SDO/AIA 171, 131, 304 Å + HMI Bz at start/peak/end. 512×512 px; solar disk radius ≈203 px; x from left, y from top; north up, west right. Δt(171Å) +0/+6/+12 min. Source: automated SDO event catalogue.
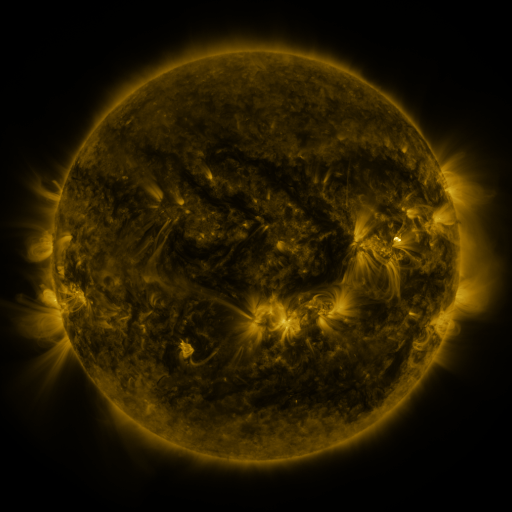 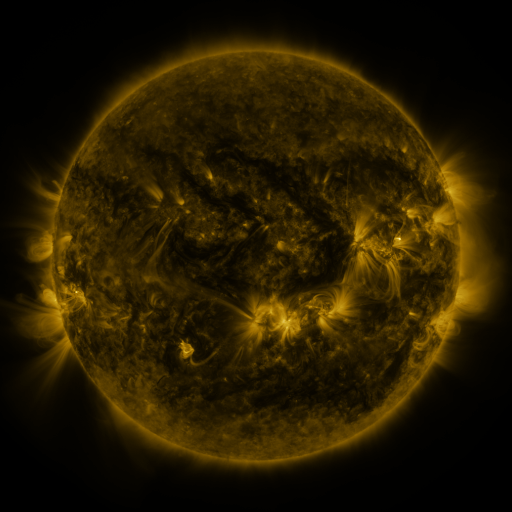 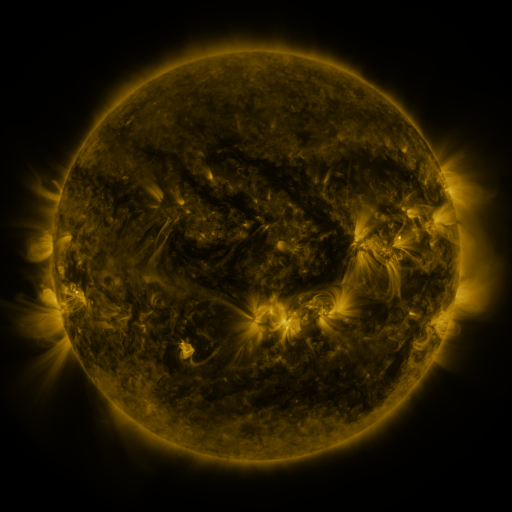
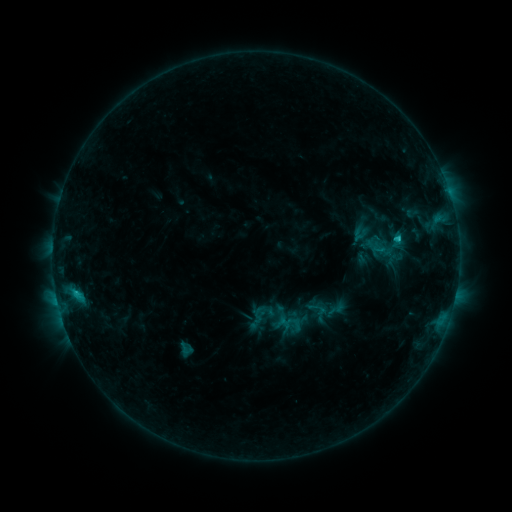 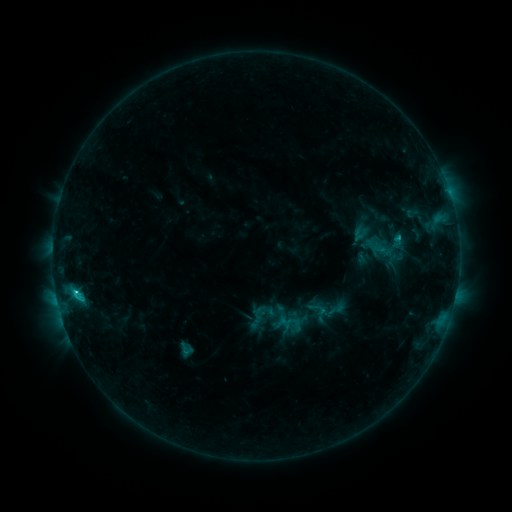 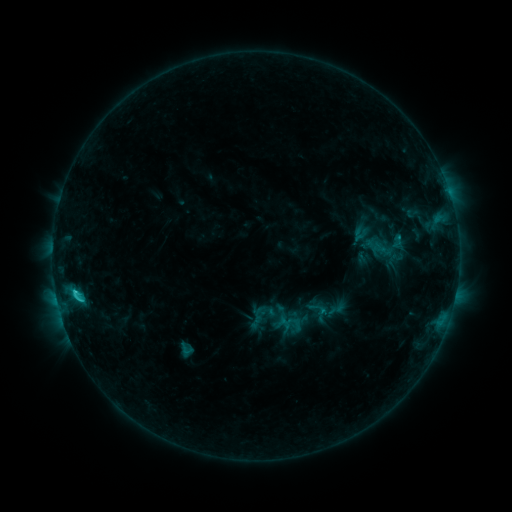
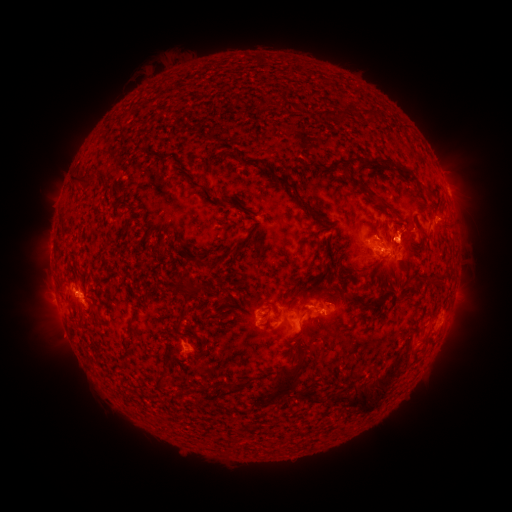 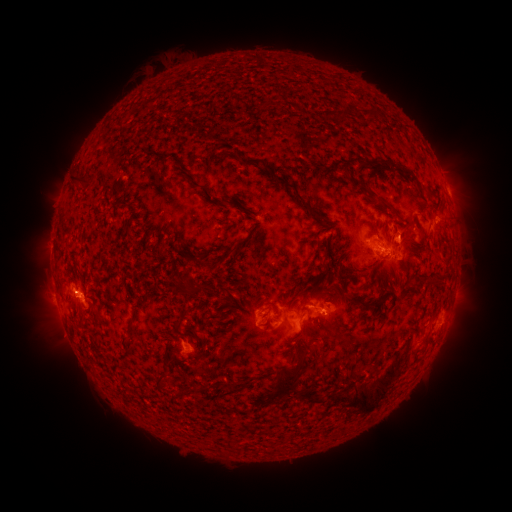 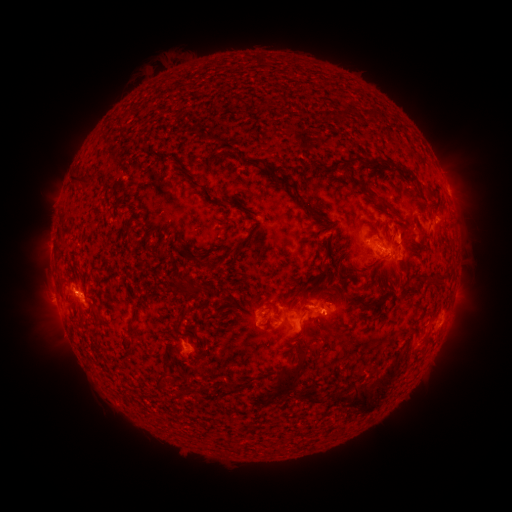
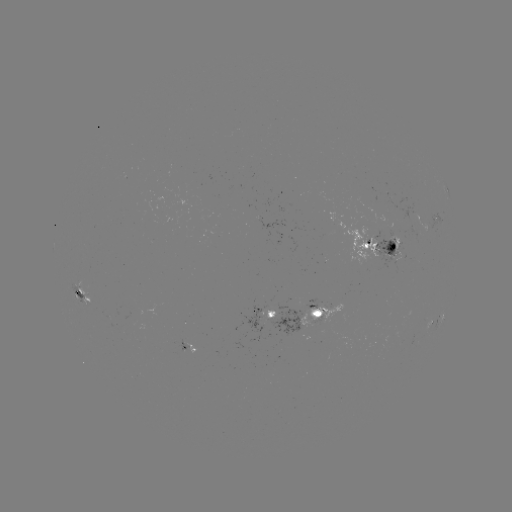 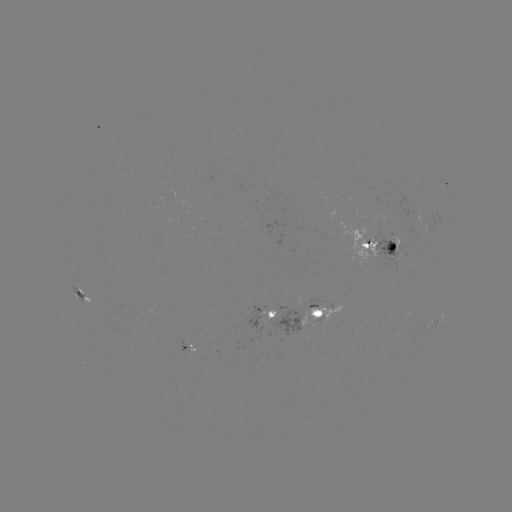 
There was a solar flare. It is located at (76, 292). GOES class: C2.3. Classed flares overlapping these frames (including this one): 1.